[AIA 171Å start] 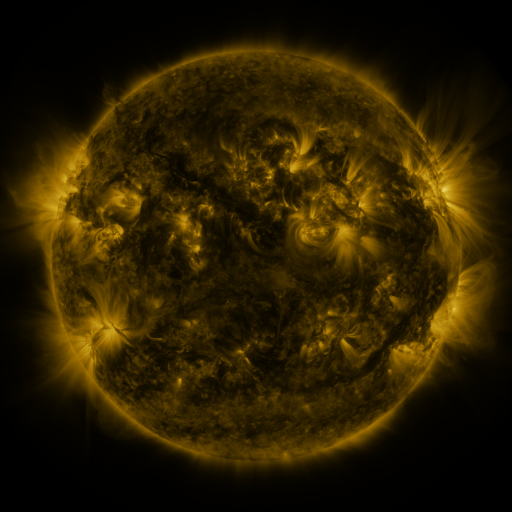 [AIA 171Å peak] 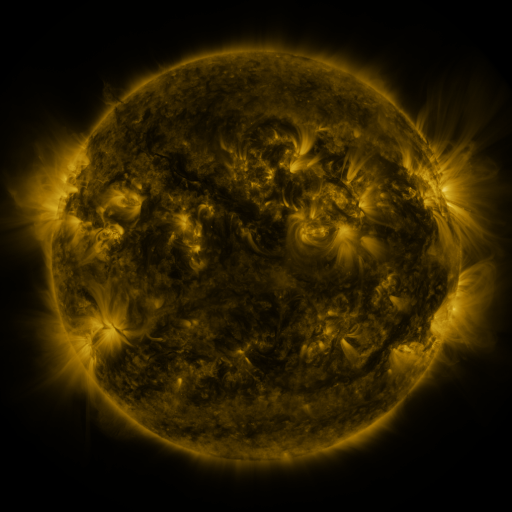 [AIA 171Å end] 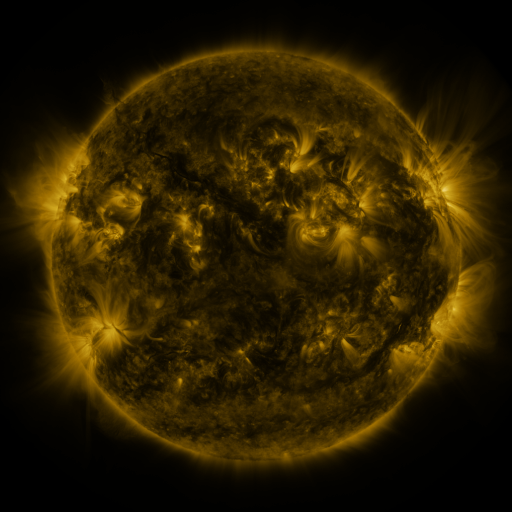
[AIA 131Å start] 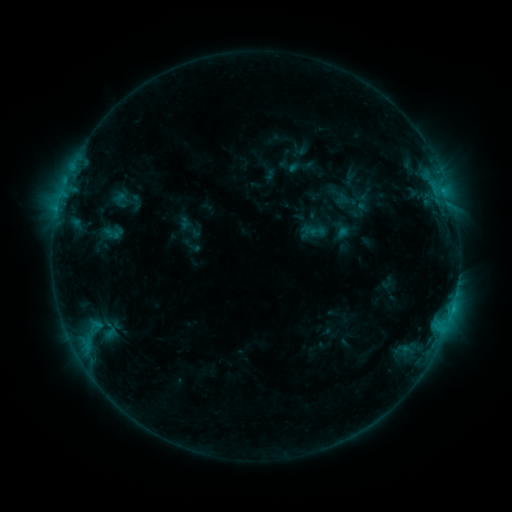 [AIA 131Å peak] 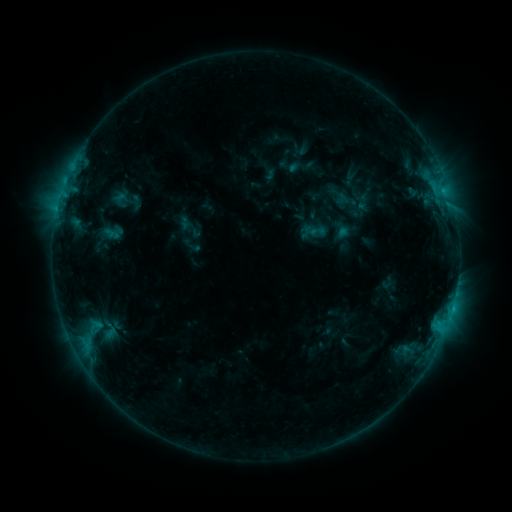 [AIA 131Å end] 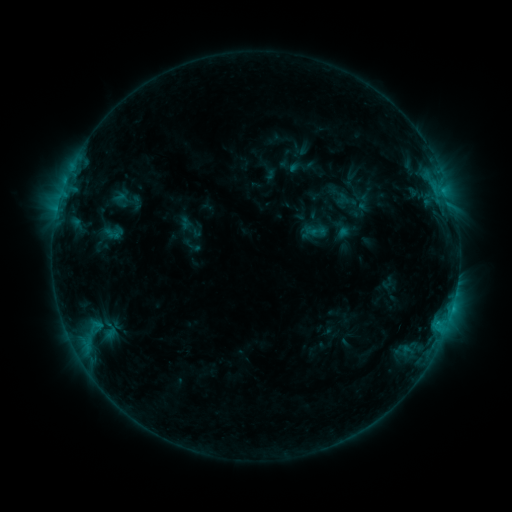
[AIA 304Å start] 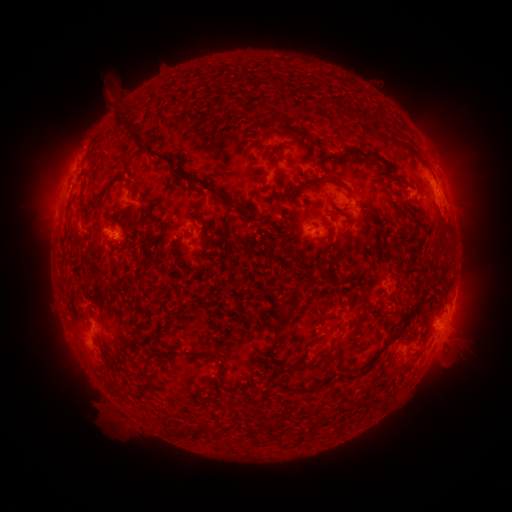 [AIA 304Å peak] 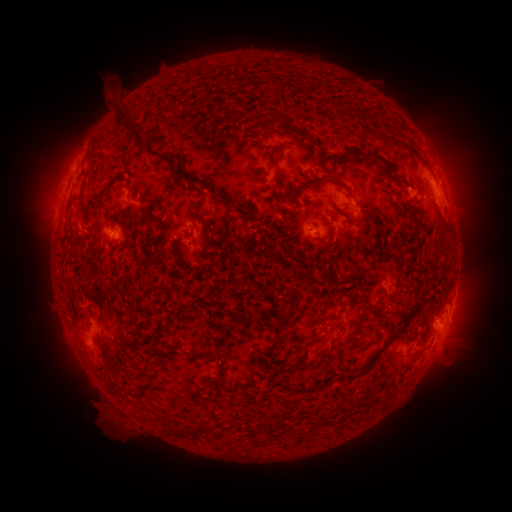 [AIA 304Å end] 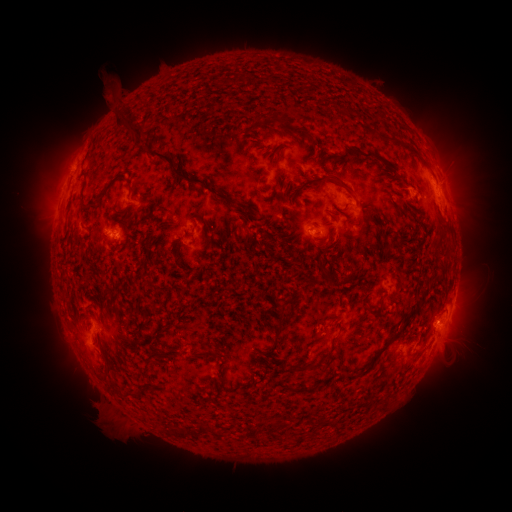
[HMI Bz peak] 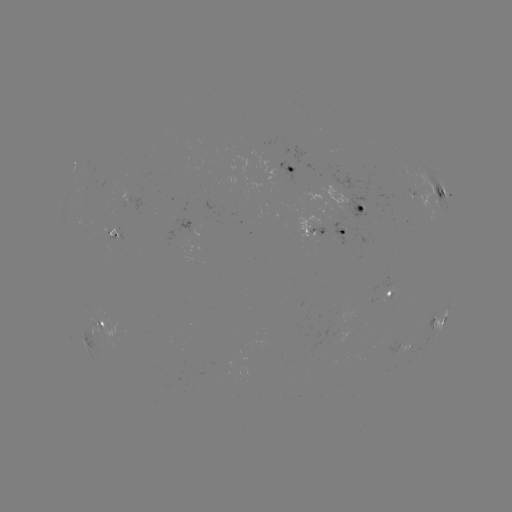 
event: eruption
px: (49, 182)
